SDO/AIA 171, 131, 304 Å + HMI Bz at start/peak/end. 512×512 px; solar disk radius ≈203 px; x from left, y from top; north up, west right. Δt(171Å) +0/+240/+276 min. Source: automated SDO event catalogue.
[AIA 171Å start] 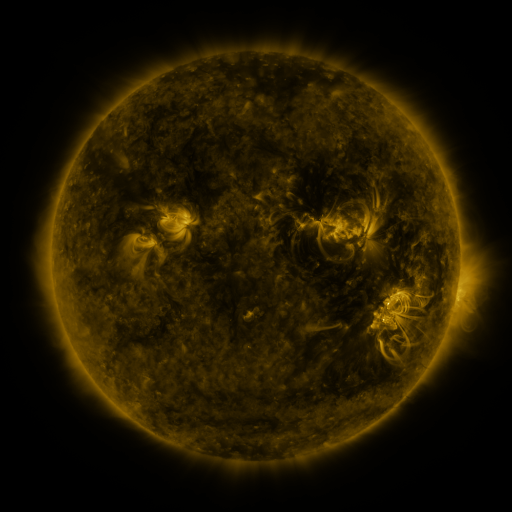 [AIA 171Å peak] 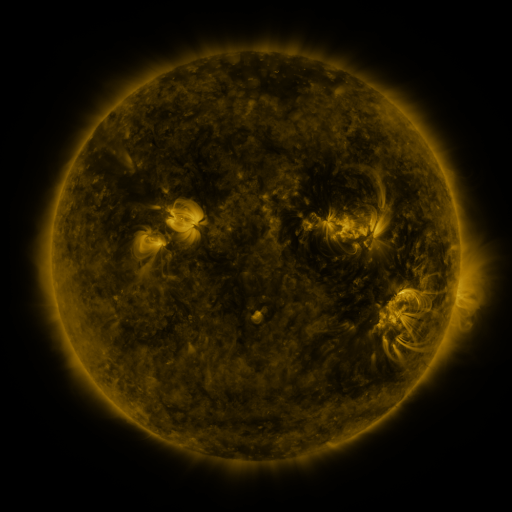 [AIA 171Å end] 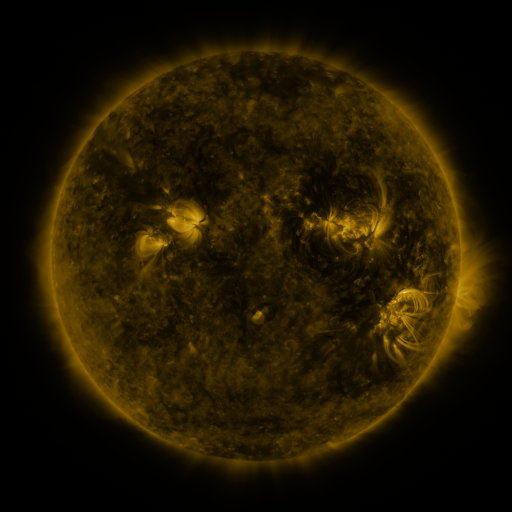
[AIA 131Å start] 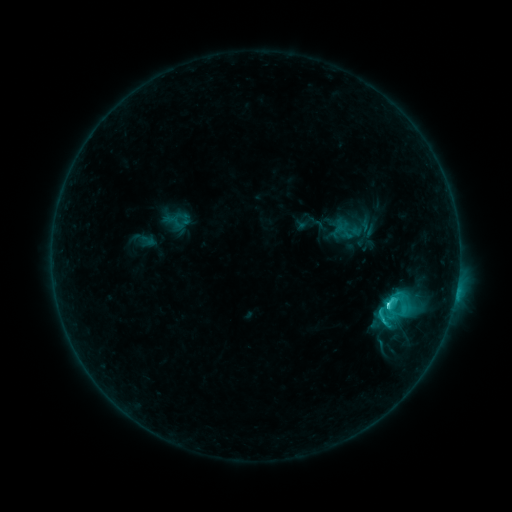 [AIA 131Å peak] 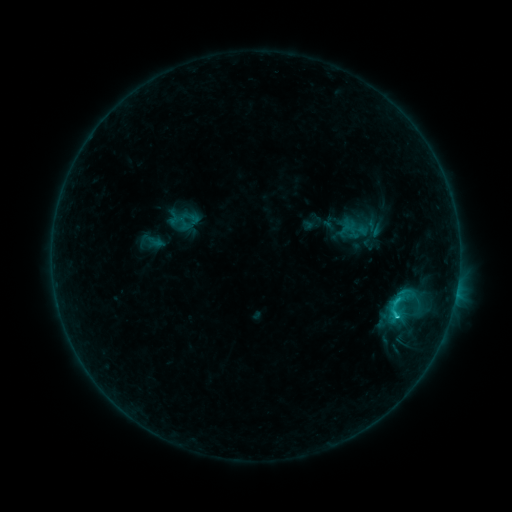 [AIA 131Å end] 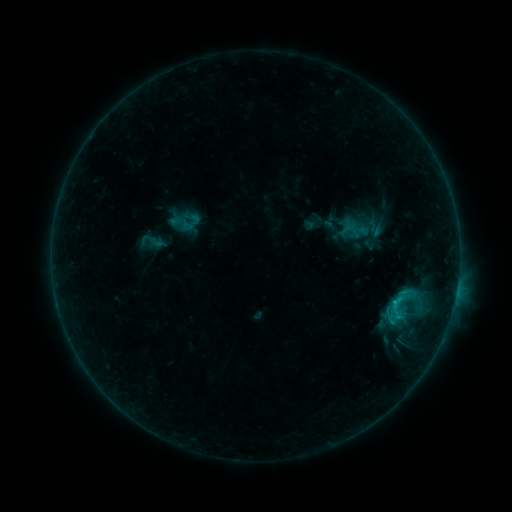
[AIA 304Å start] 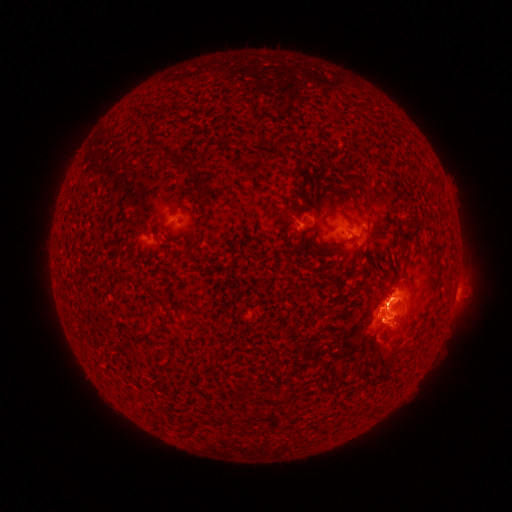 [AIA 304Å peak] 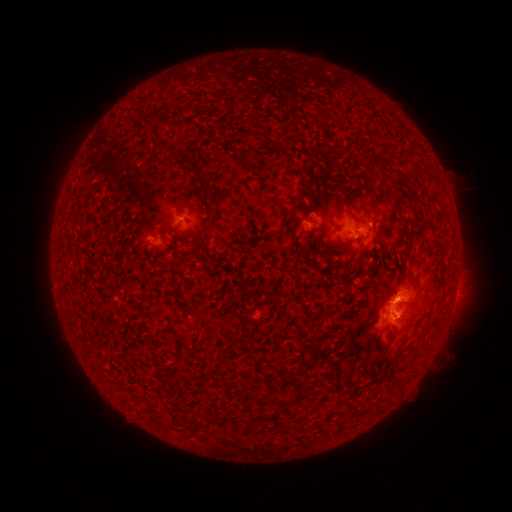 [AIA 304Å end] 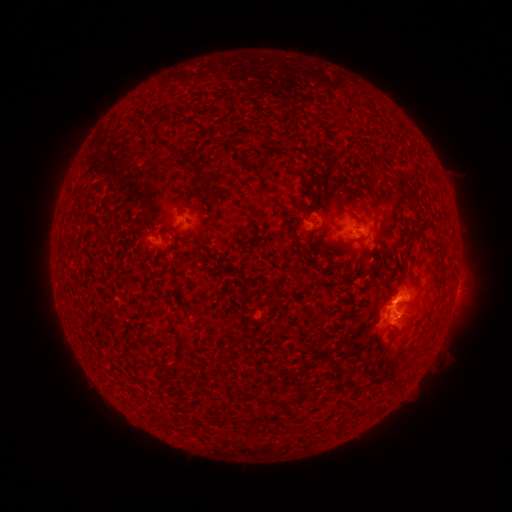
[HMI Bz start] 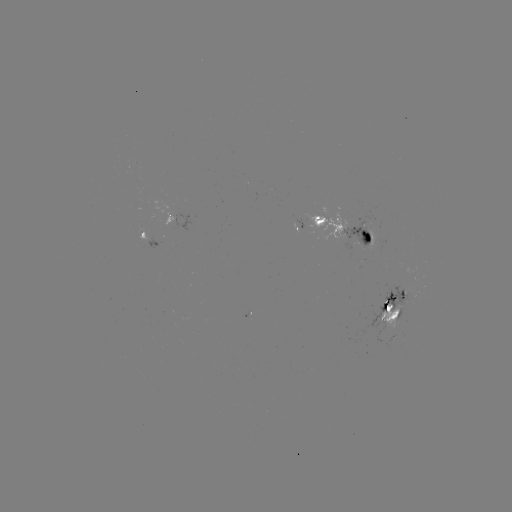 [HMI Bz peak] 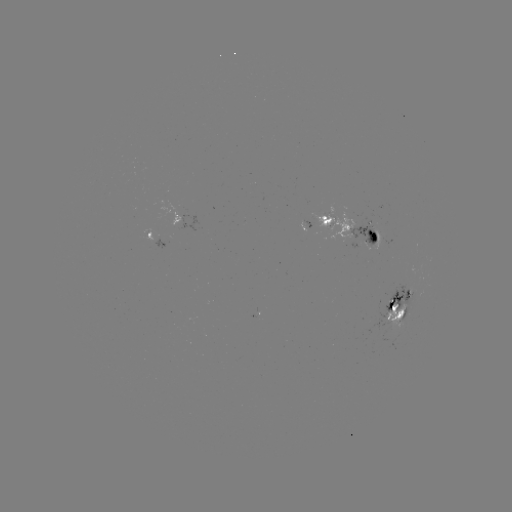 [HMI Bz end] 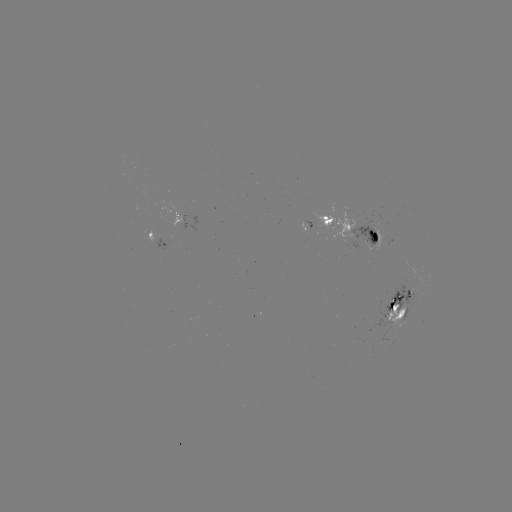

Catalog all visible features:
emerging-flux region: (394, 302)
